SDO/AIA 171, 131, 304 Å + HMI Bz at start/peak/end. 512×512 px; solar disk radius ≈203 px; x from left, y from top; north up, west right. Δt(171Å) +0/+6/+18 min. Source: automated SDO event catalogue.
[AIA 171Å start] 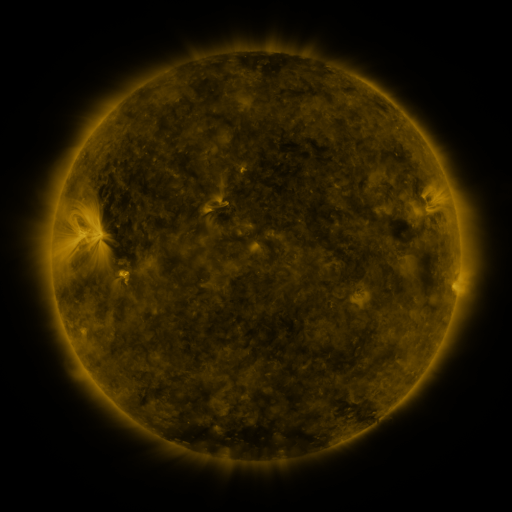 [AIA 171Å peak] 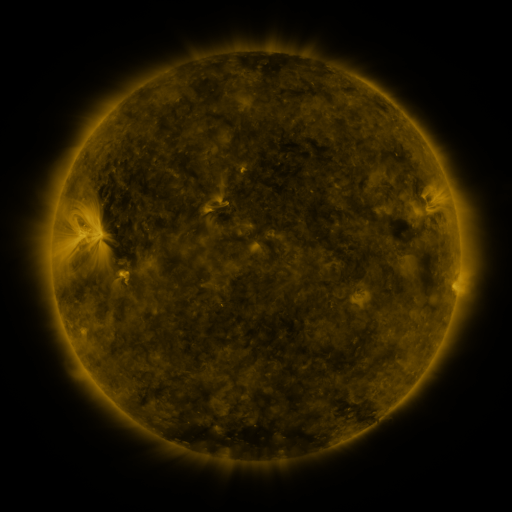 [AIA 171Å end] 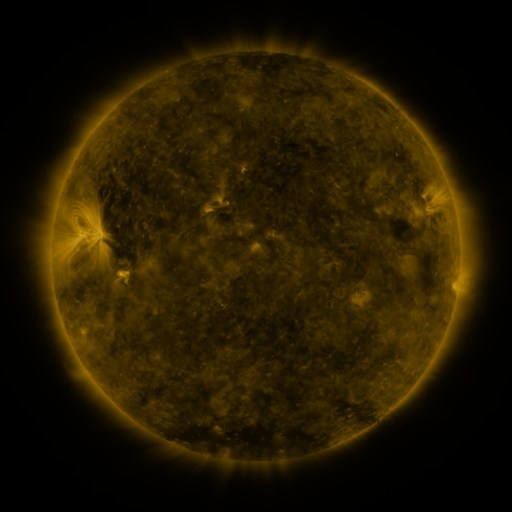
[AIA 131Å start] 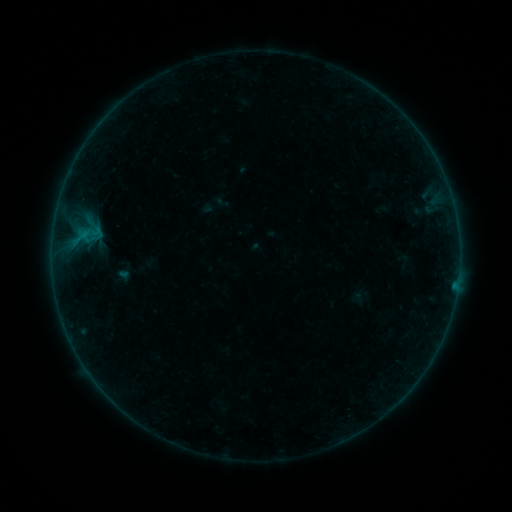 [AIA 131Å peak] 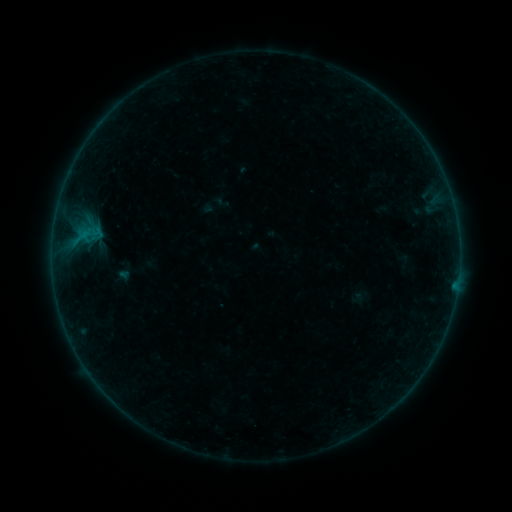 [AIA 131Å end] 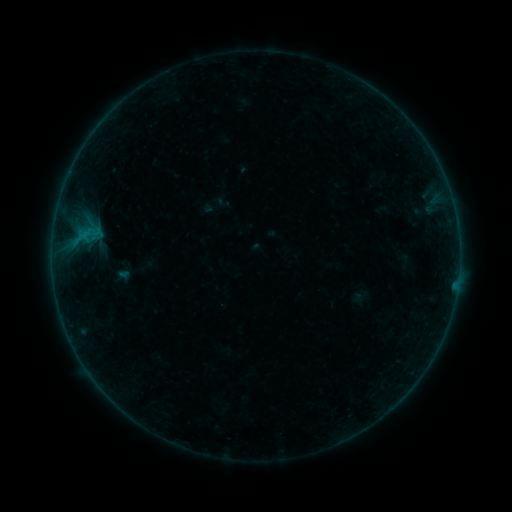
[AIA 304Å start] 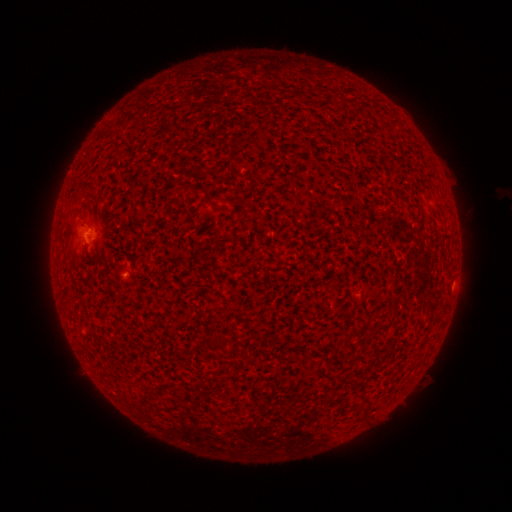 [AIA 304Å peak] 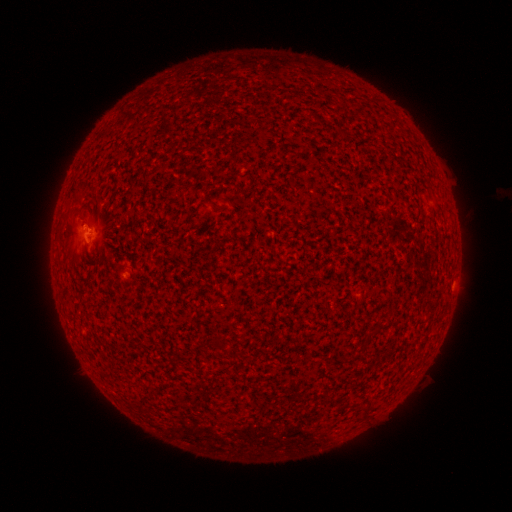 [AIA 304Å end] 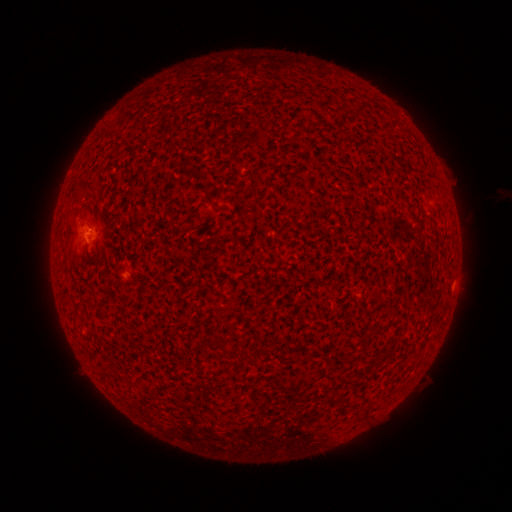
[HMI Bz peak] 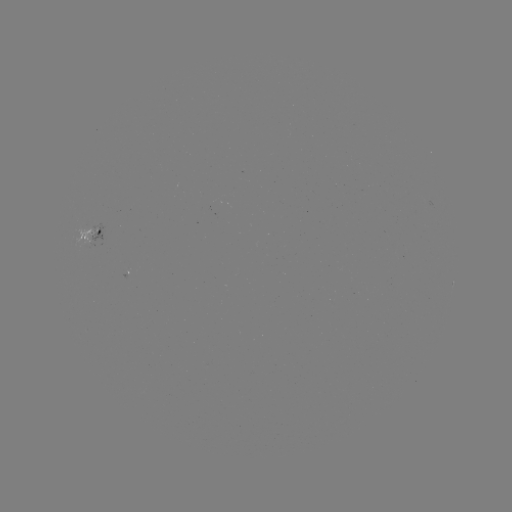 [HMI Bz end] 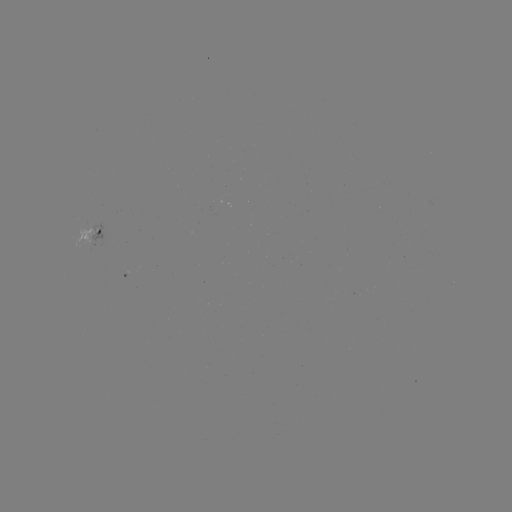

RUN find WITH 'B1.1 flare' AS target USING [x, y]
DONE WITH [89, 227] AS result